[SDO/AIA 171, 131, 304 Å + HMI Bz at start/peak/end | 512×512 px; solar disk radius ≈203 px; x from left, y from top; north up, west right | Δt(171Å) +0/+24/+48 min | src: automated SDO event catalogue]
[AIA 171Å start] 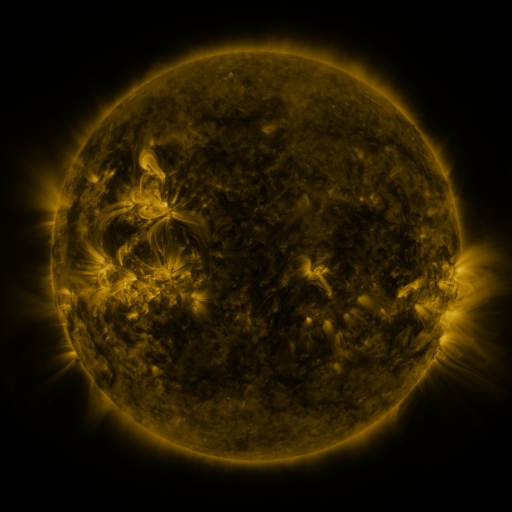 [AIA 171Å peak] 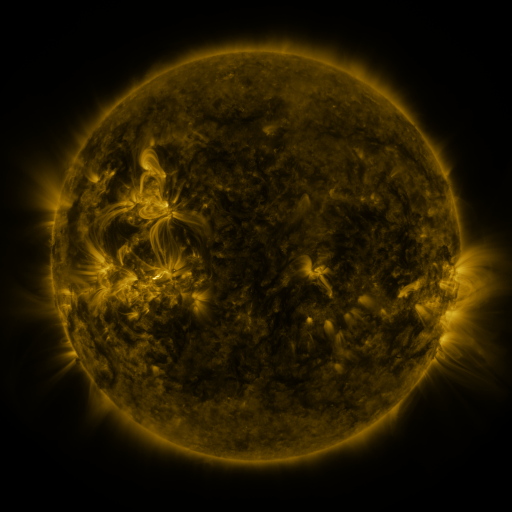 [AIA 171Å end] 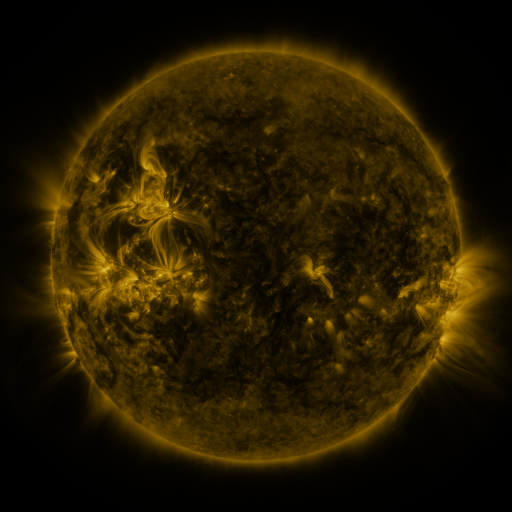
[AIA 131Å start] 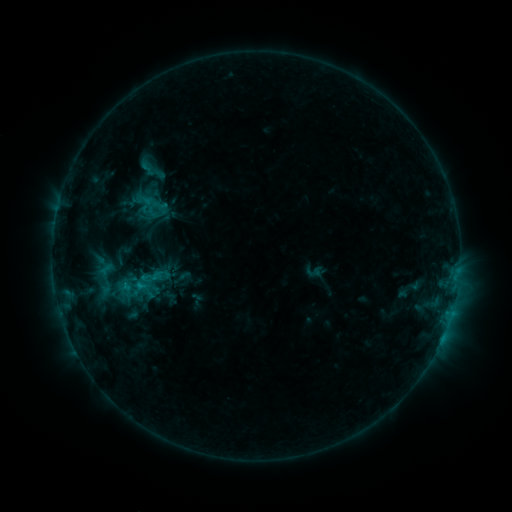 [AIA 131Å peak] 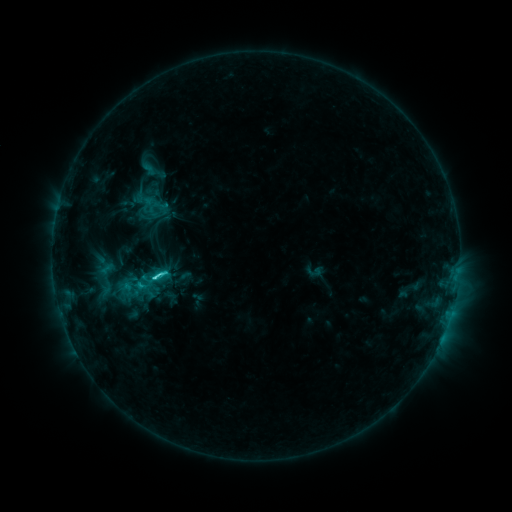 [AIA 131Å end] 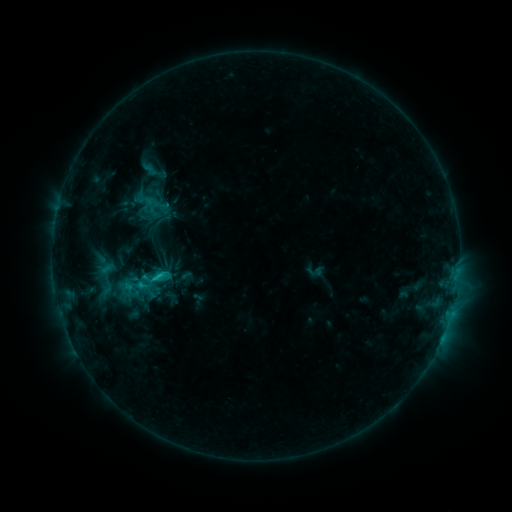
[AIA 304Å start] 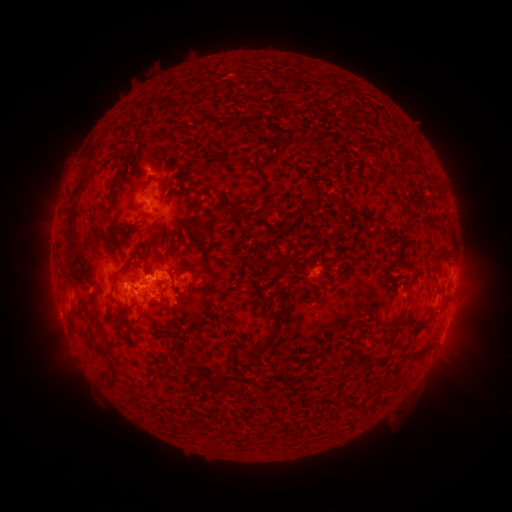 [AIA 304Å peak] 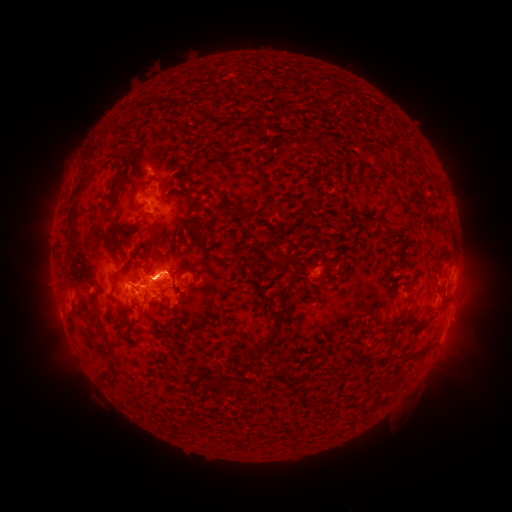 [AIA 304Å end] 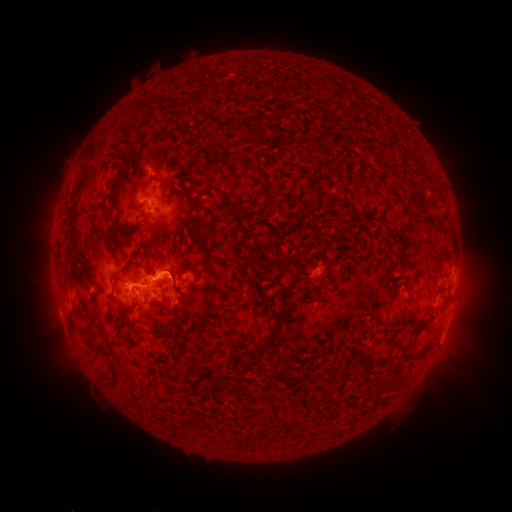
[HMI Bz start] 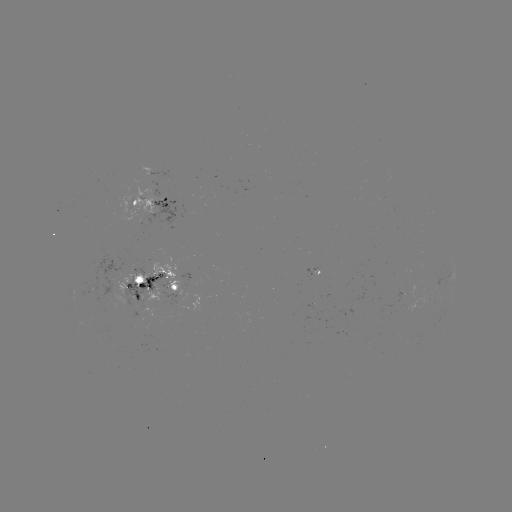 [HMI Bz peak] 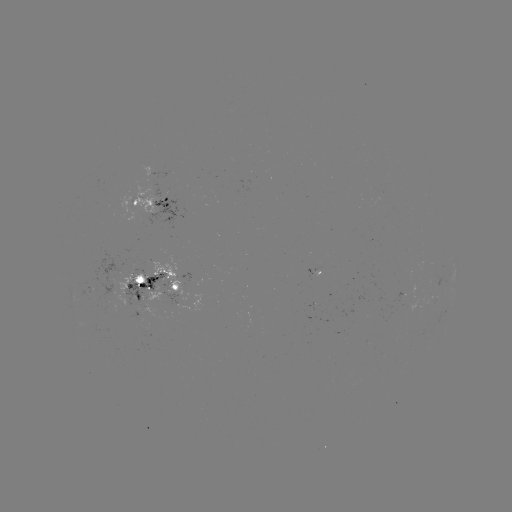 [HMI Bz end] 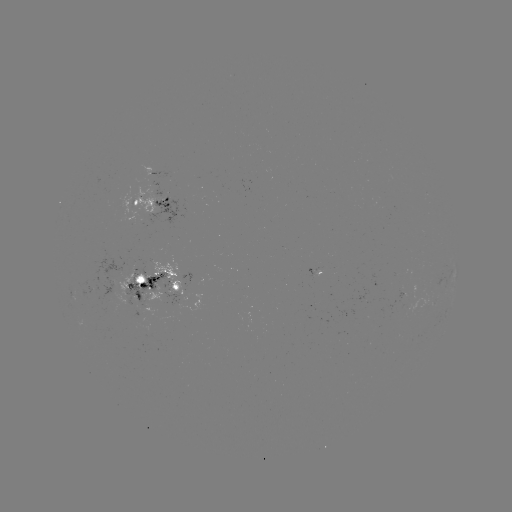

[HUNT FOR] C4.0 flare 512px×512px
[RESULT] (155, 276)